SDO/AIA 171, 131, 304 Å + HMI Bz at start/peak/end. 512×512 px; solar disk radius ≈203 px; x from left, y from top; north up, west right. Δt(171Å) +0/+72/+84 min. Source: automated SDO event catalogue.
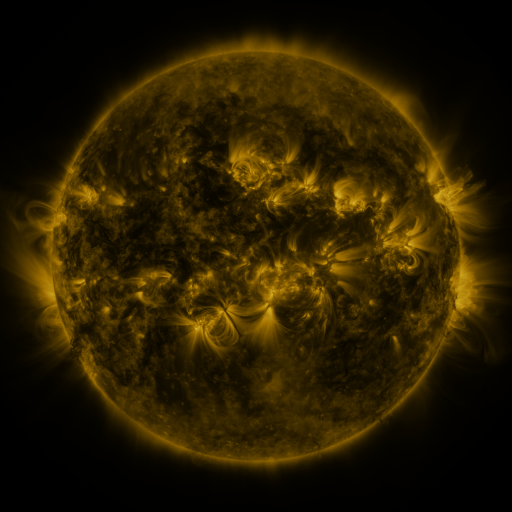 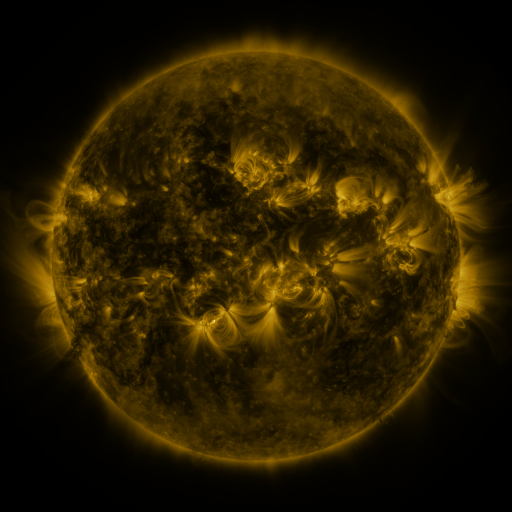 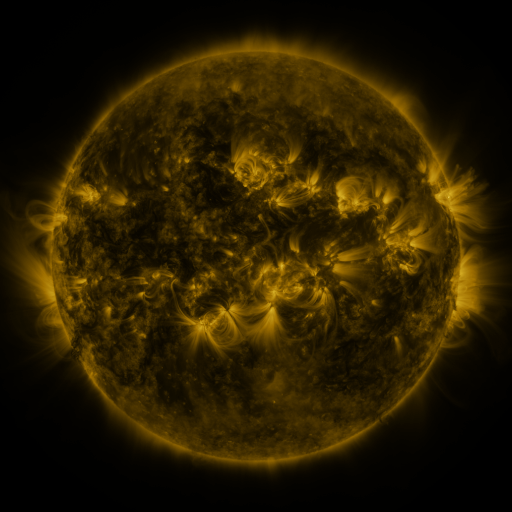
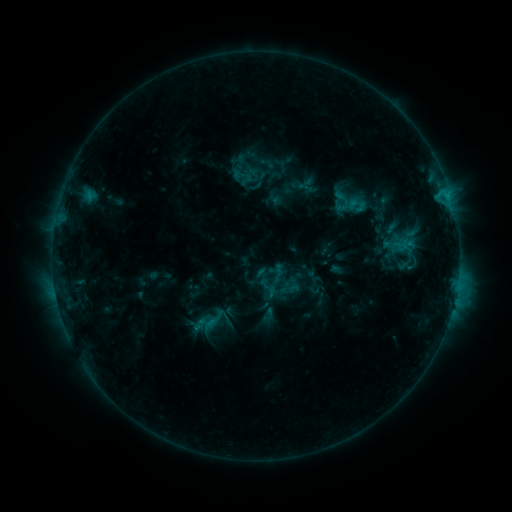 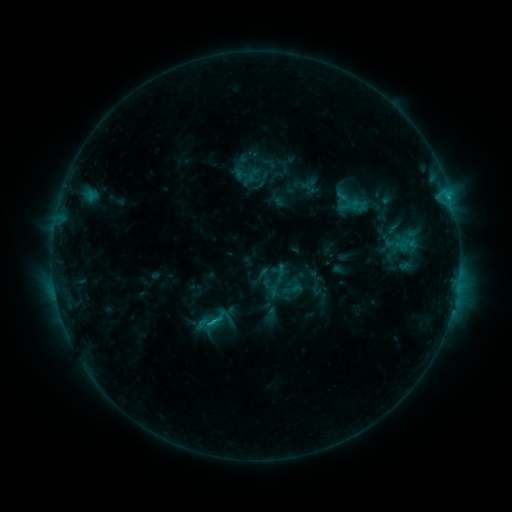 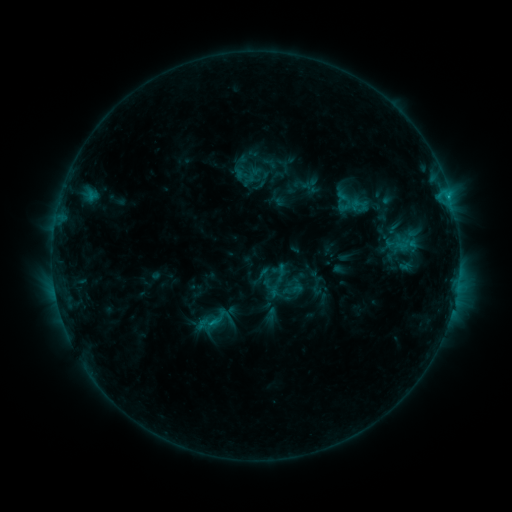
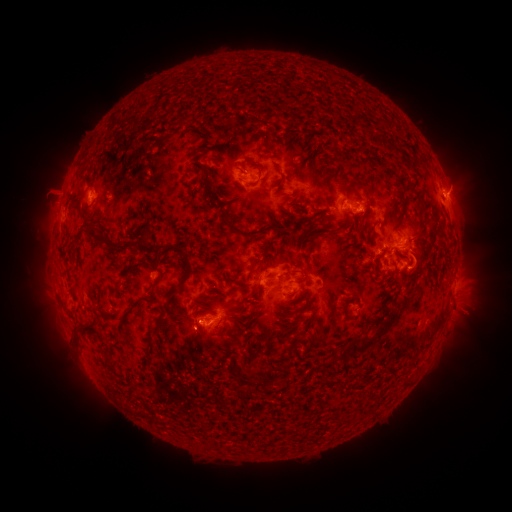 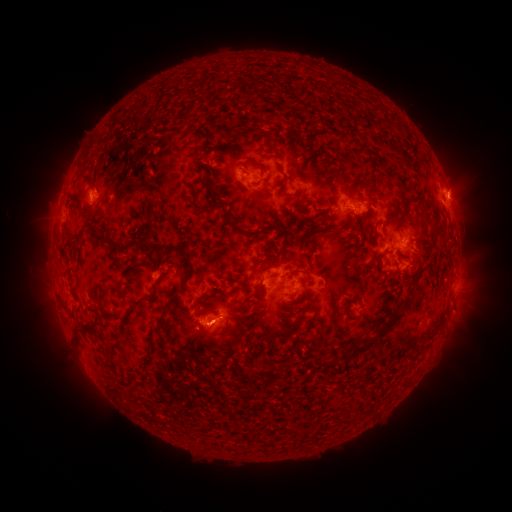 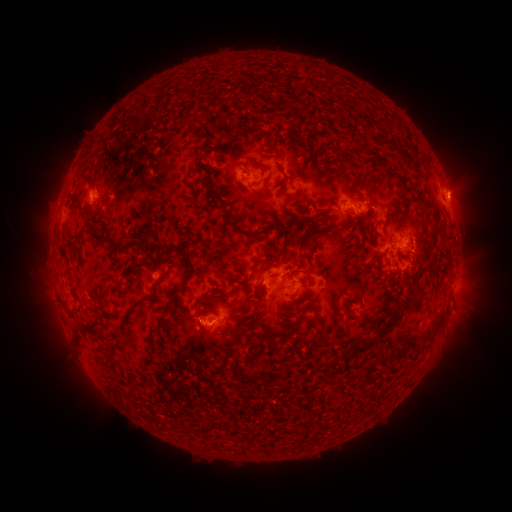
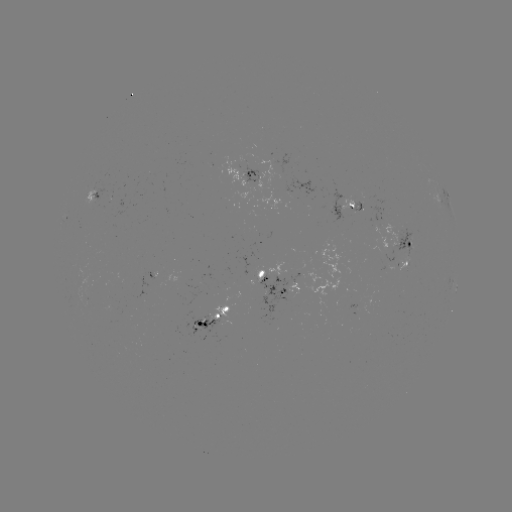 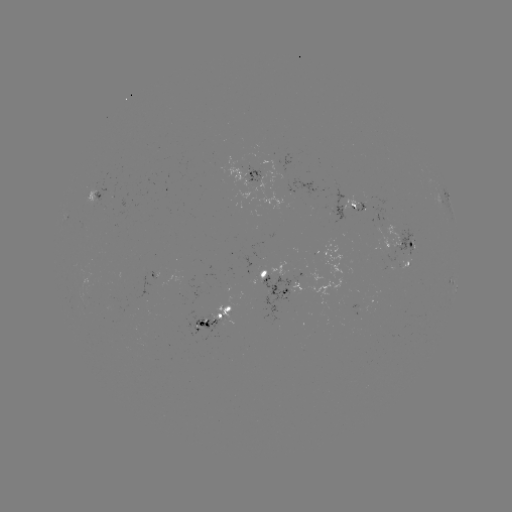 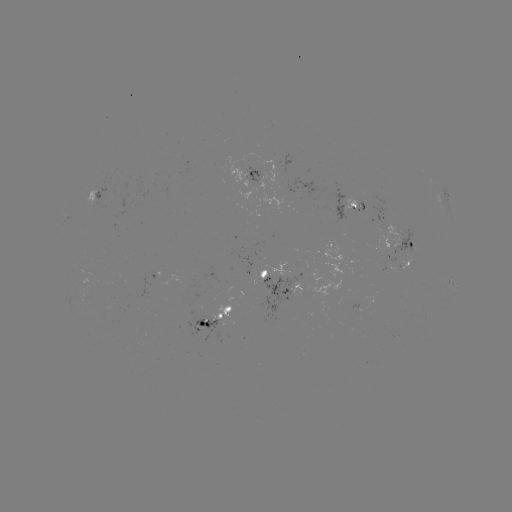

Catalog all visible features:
emerging-flux region: (260, 277)
